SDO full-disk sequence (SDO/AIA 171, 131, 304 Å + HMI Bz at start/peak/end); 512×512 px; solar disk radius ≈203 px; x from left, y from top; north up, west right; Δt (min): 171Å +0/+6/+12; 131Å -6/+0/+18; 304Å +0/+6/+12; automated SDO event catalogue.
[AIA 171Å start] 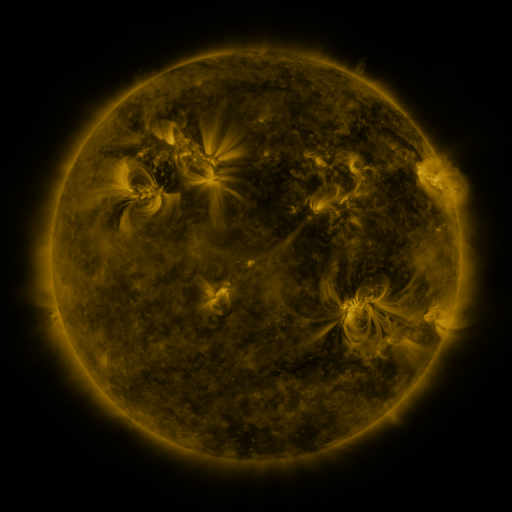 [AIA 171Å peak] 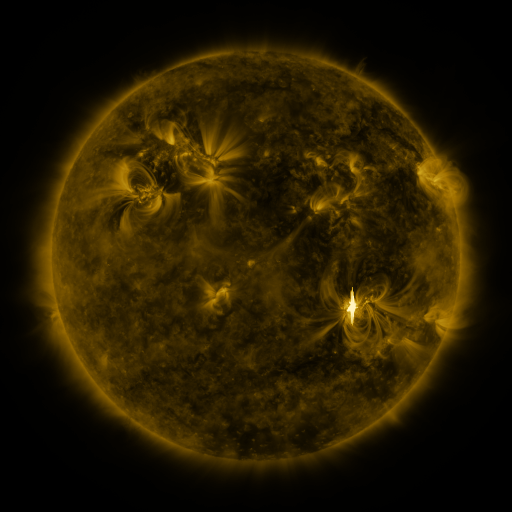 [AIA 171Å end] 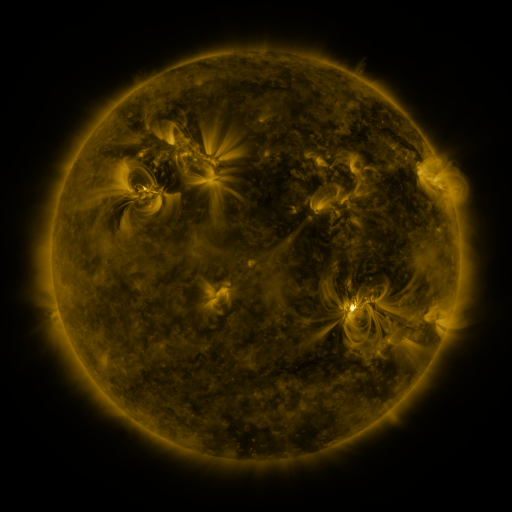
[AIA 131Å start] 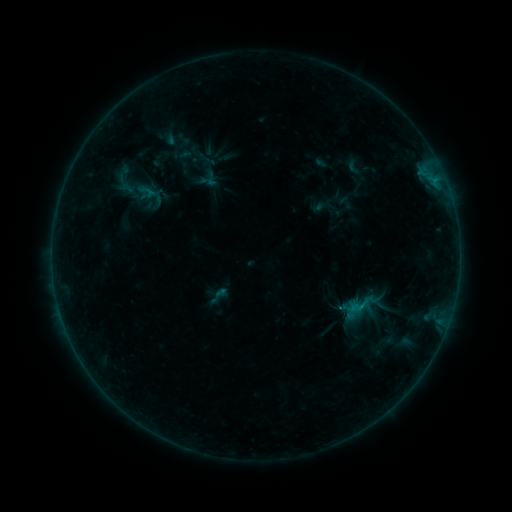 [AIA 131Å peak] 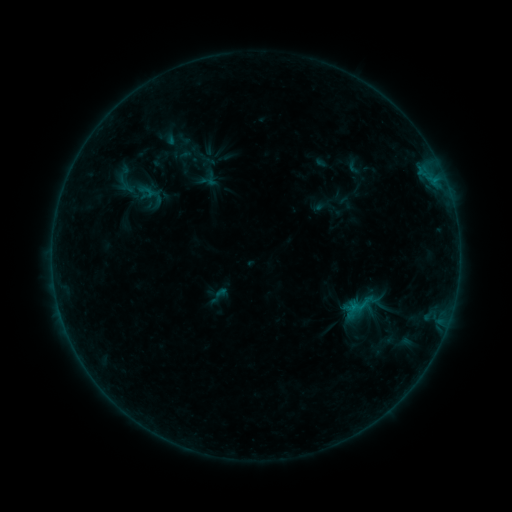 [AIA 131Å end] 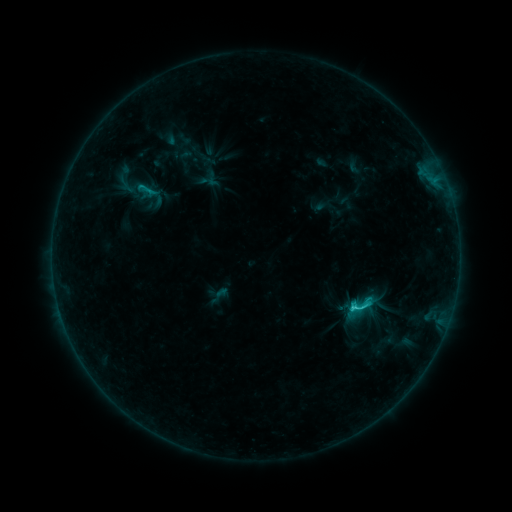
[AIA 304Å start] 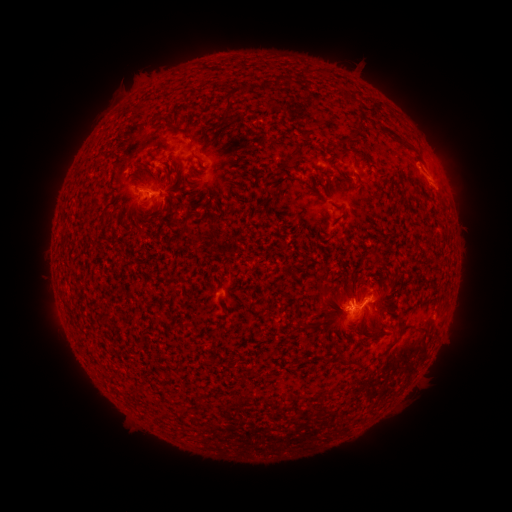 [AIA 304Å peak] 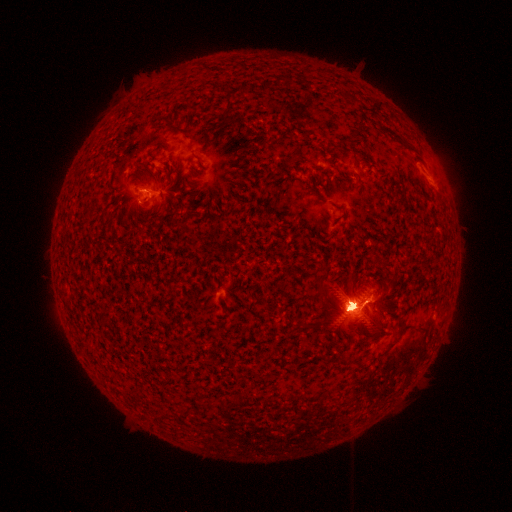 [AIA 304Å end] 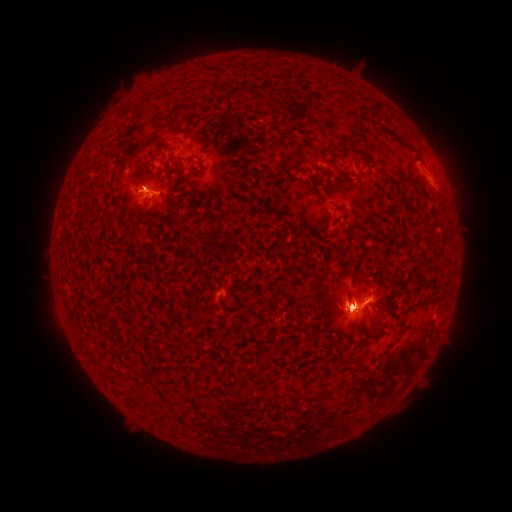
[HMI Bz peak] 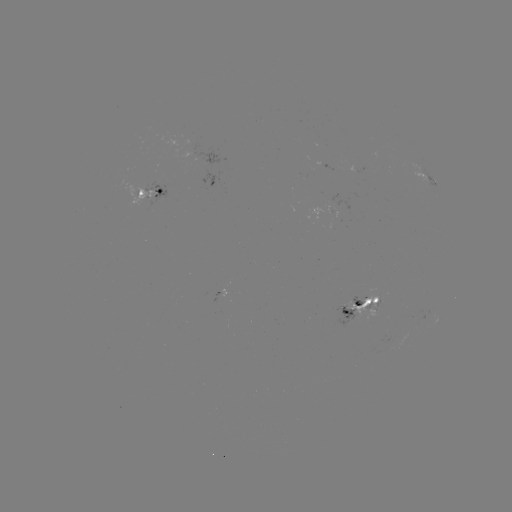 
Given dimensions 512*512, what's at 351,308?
M1.6 flare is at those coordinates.